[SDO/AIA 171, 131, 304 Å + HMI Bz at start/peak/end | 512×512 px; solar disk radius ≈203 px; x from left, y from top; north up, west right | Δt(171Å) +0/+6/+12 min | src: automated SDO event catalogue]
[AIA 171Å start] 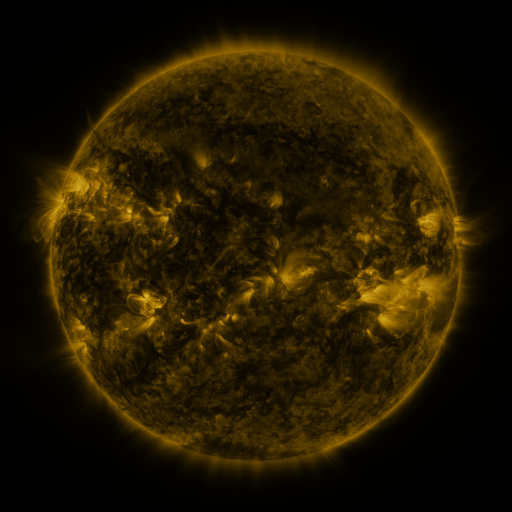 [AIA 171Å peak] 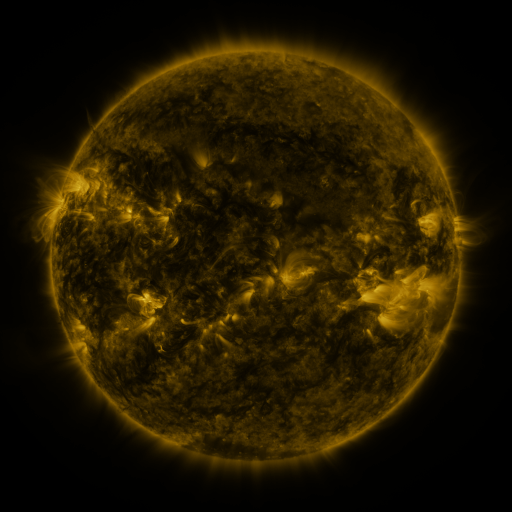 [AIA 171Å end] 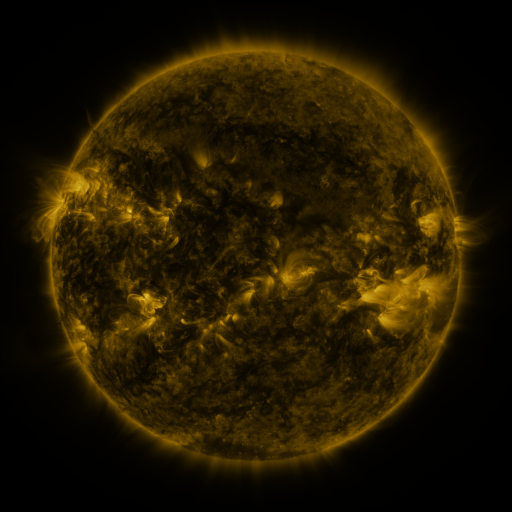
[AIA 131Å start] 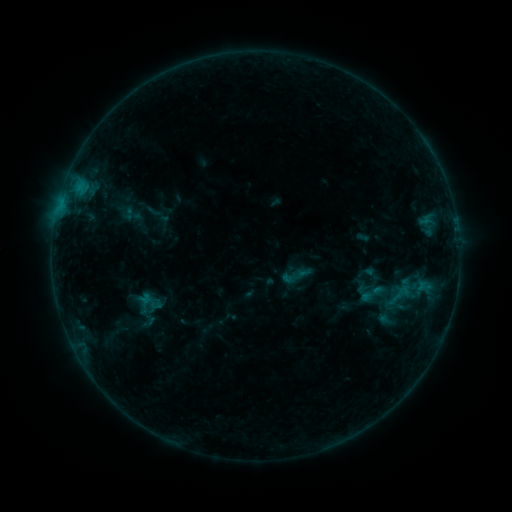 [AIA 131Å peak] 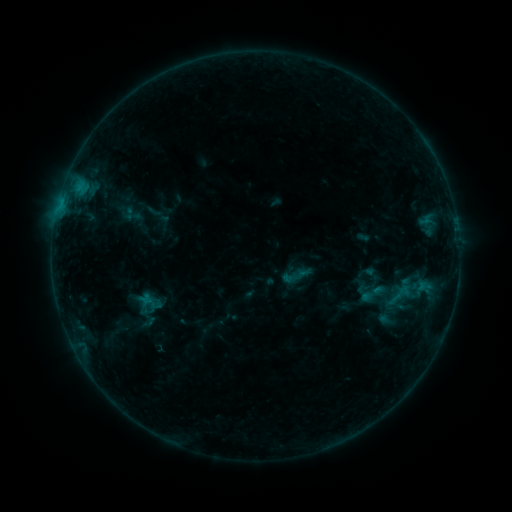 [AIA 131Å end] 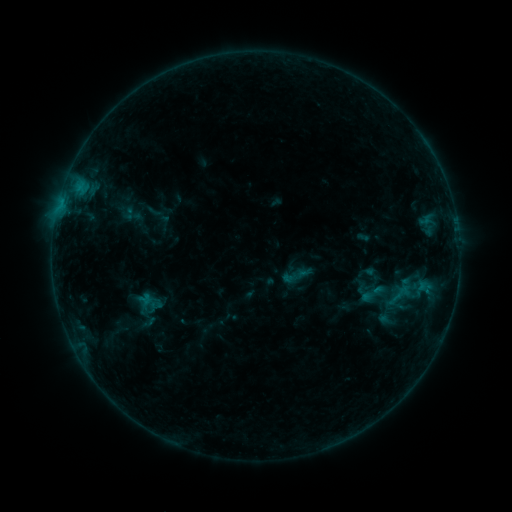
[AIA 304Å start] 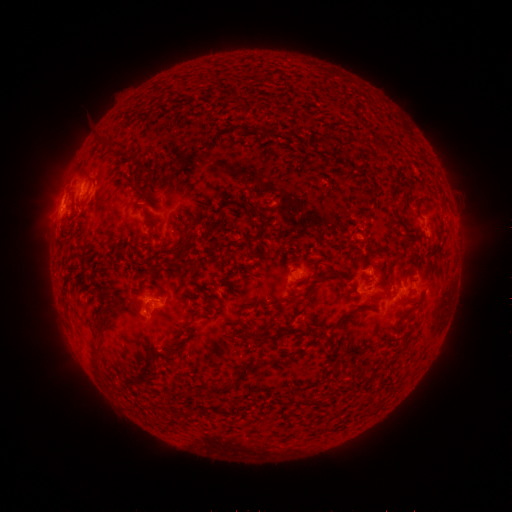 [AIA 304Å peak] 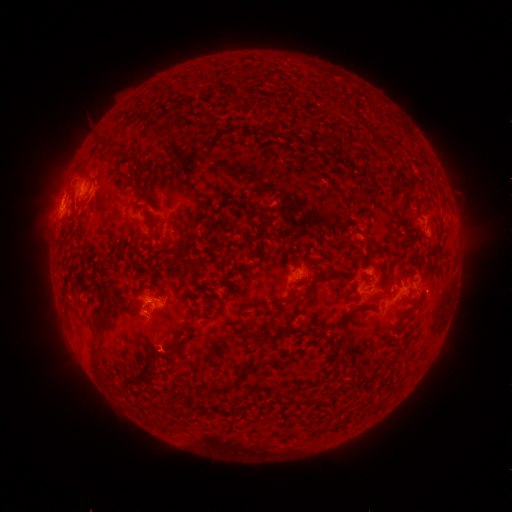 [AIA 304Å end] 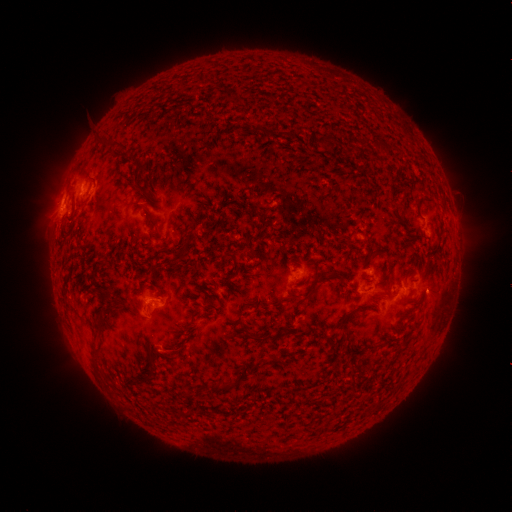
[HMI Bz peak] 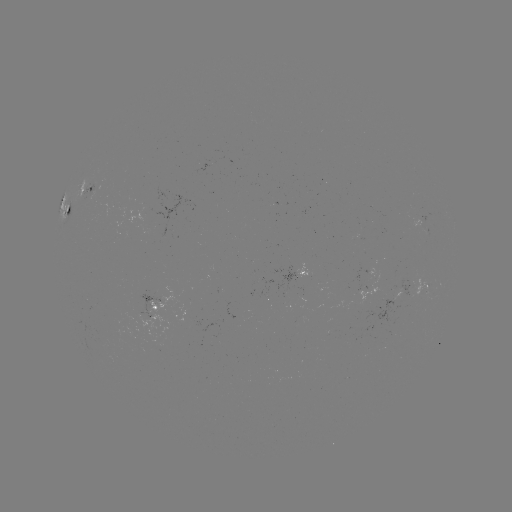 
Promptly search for eruption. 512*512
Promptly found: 435,292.